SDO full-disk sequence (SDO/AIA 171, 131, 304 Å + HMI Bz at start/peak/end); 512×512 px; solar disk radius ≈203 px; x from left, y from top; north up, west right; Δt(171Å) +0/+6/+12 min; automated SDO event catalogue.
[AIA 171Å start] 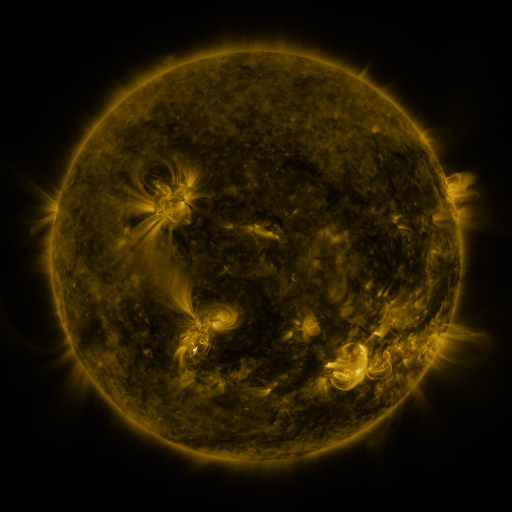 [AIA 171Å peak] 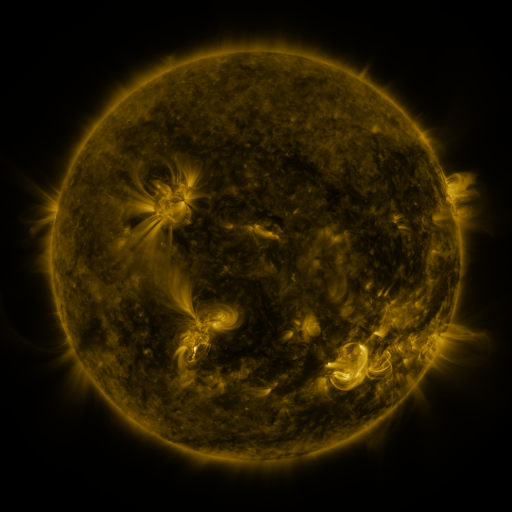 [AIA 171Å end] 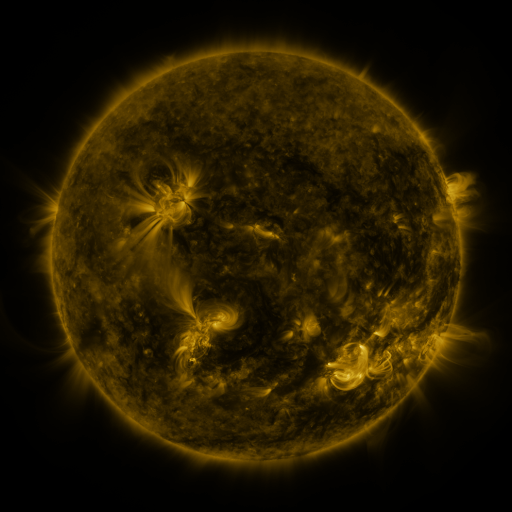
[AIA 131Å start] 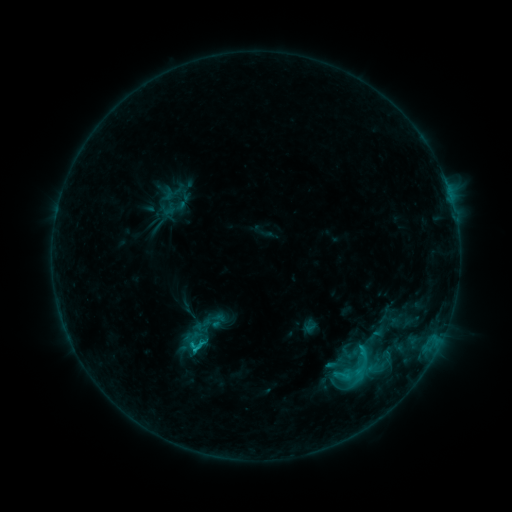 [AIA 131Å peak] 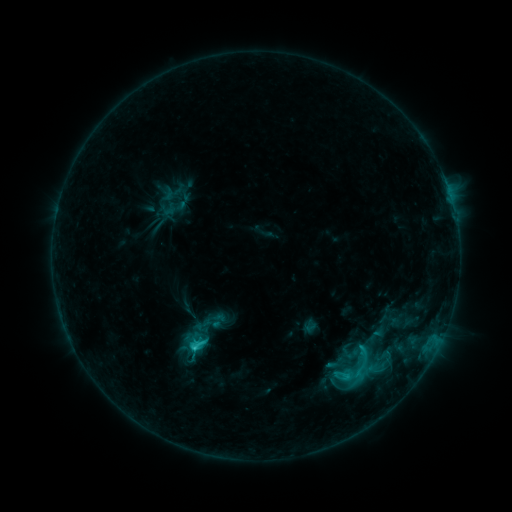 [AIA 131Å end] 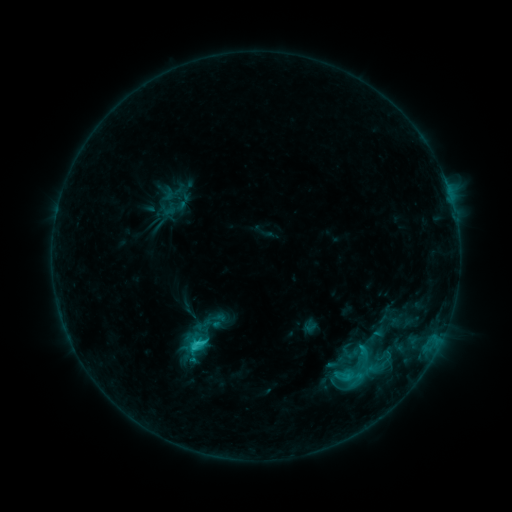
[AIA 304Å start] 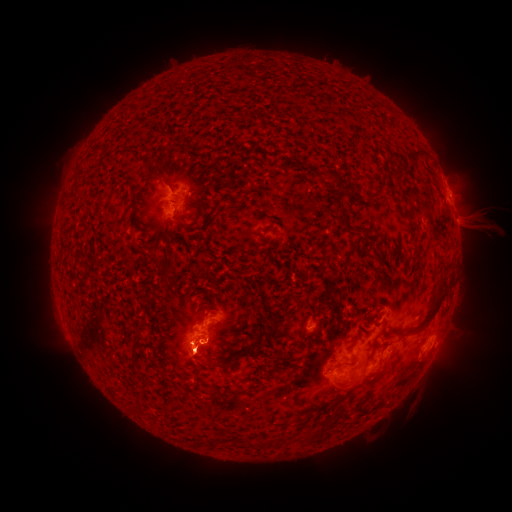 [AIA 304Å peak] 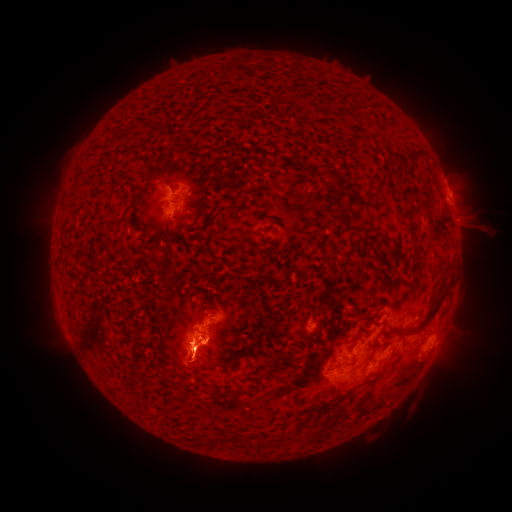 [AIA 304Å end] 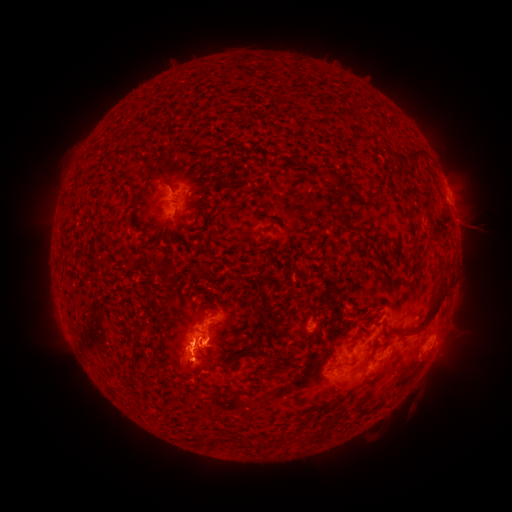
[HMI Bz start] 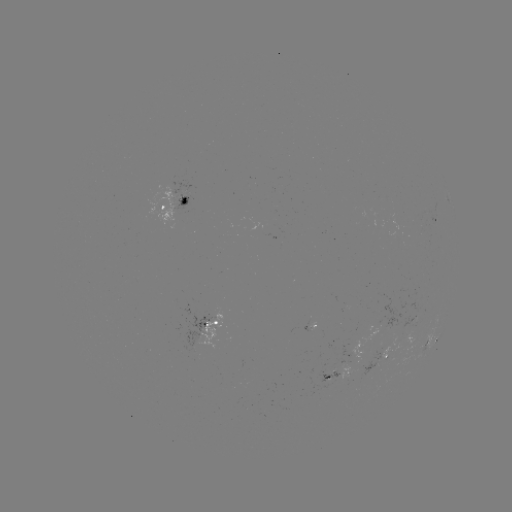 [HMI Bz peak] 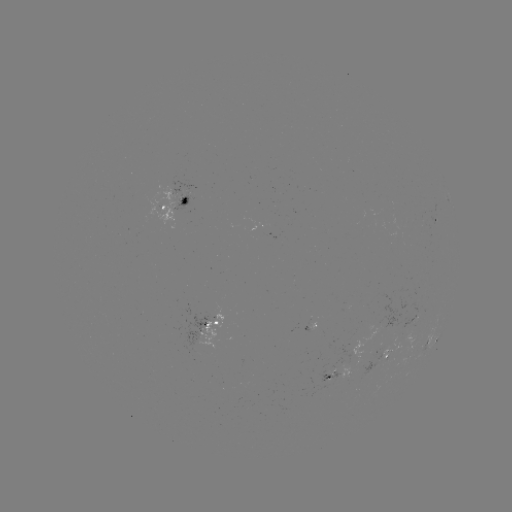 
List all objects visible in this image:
eruption: (197, 288)
